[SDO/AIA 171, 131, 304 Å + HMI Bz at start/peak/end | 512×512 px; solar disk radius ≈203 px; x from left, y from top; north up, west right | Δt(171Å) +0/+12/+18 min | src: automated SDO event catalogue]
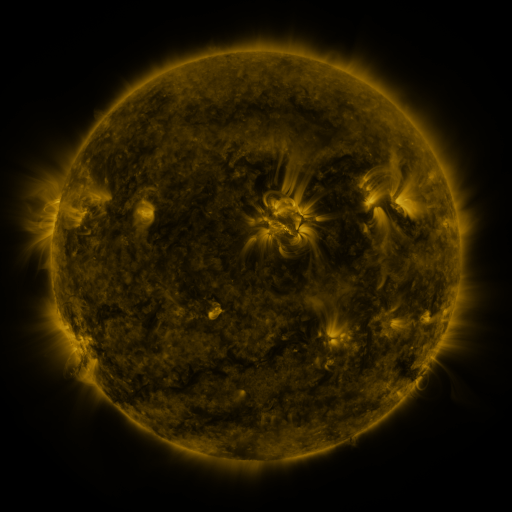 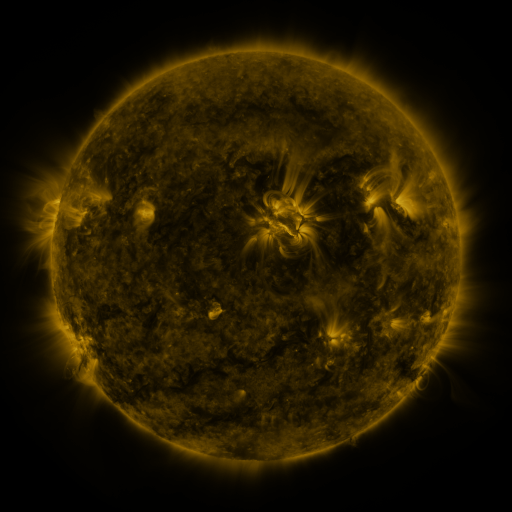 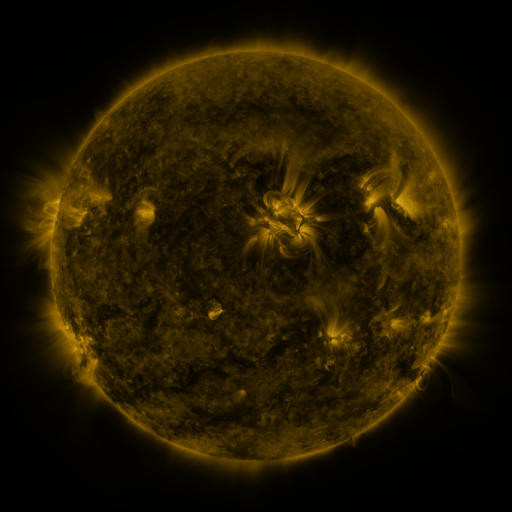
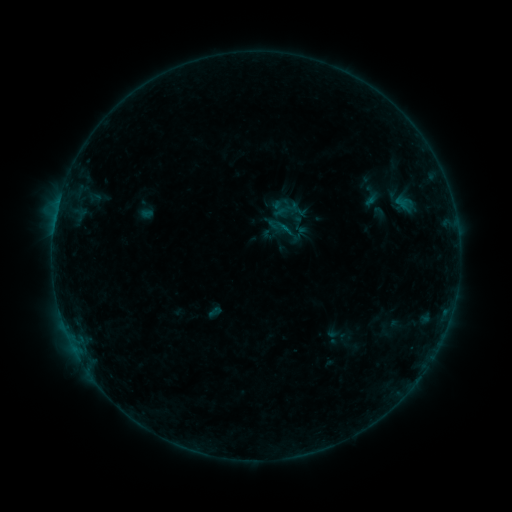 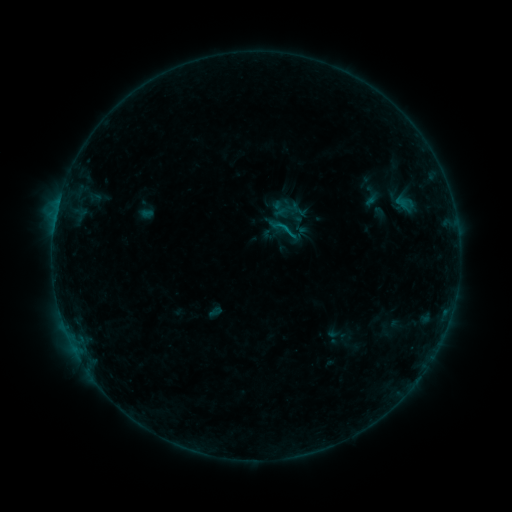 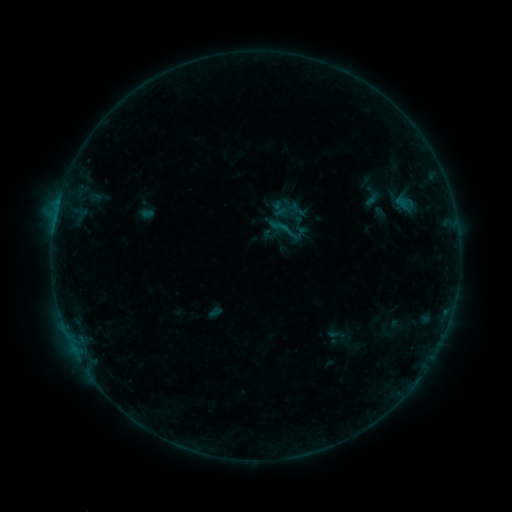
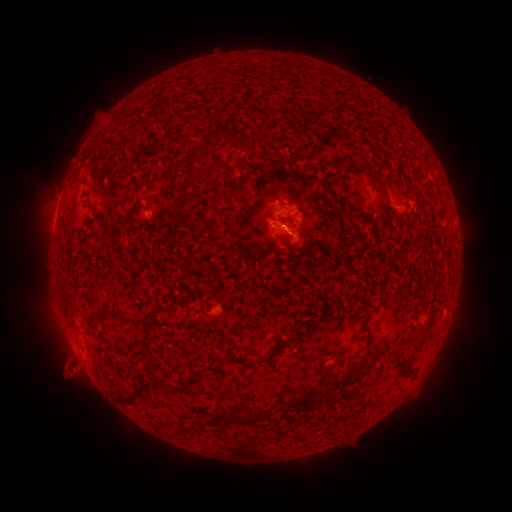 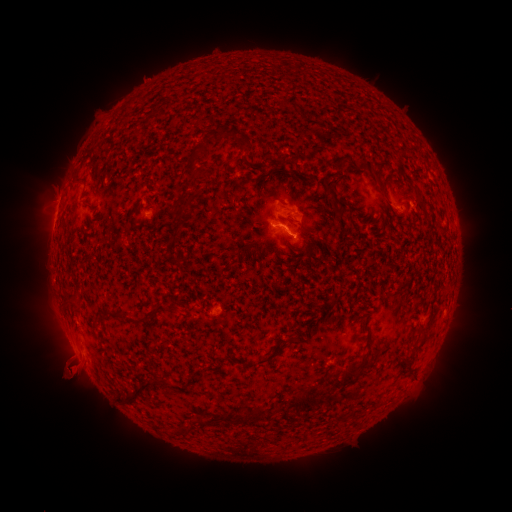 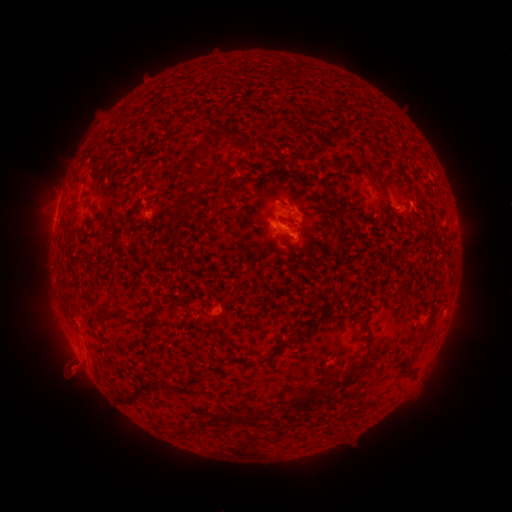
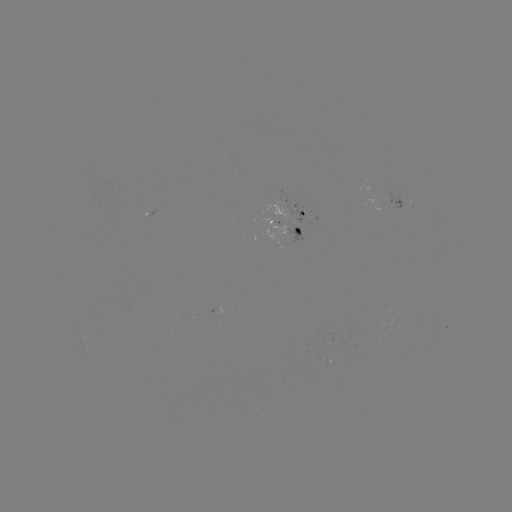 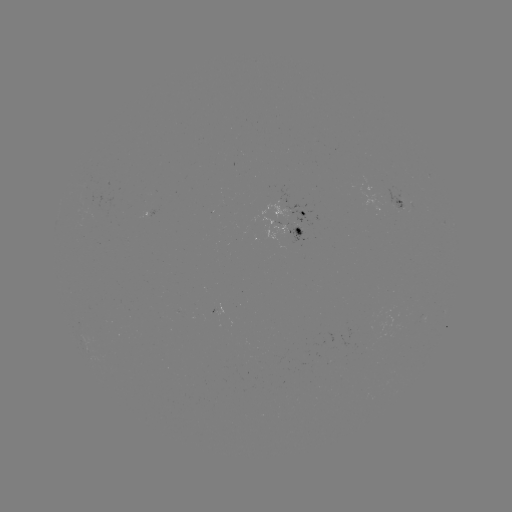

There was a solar flare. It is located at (284, 229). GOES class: B4.8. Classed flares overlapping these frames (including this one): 1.